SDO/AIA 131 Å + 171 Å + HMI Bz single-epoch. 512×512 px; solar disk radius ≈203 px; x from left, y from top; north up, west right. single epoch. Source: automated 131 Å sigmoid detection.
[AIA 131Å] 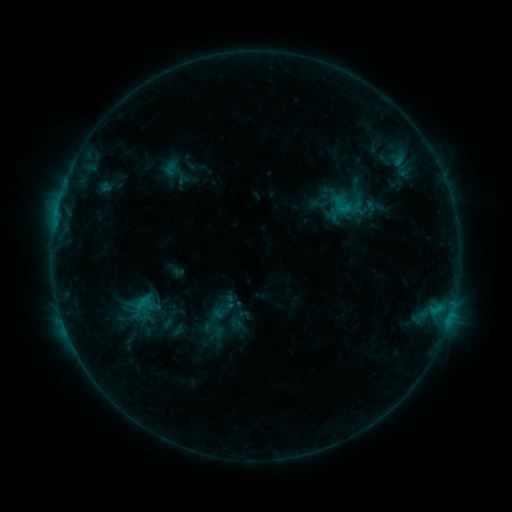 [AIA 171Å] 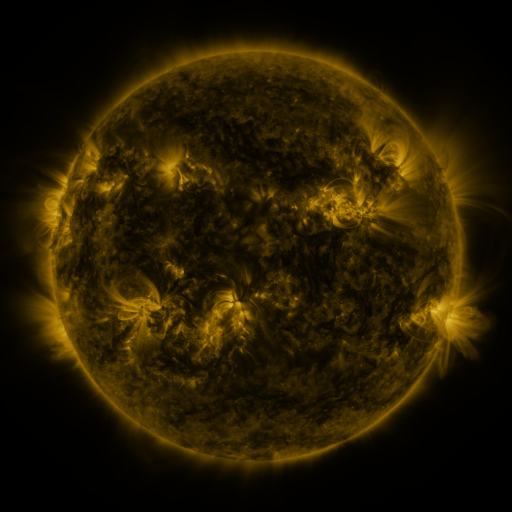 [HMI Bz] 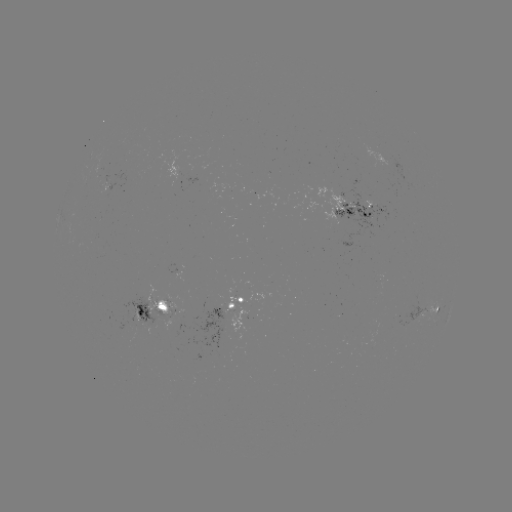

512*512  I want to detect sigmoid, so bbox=[328, 191, 358, 218].